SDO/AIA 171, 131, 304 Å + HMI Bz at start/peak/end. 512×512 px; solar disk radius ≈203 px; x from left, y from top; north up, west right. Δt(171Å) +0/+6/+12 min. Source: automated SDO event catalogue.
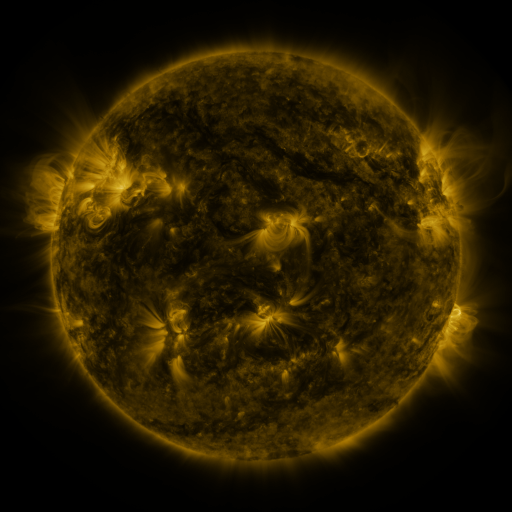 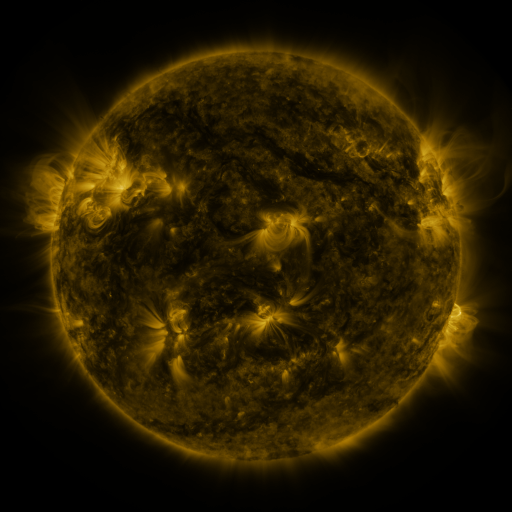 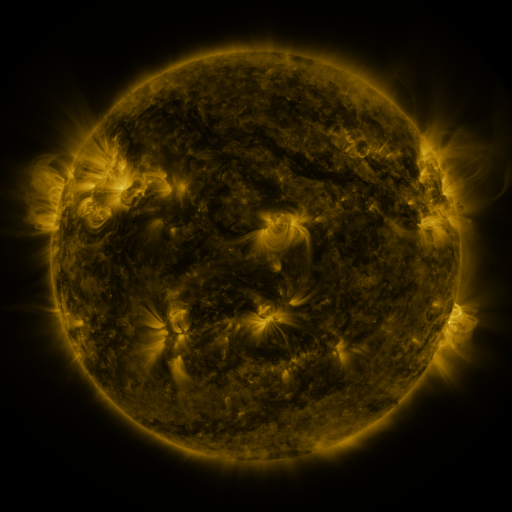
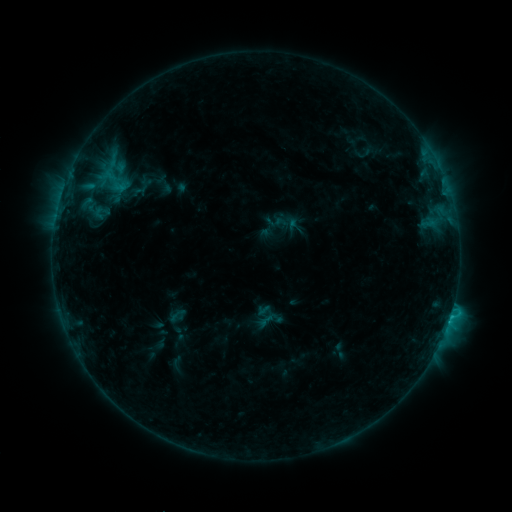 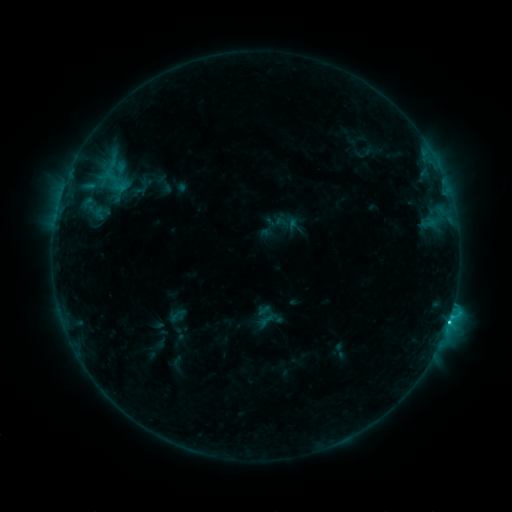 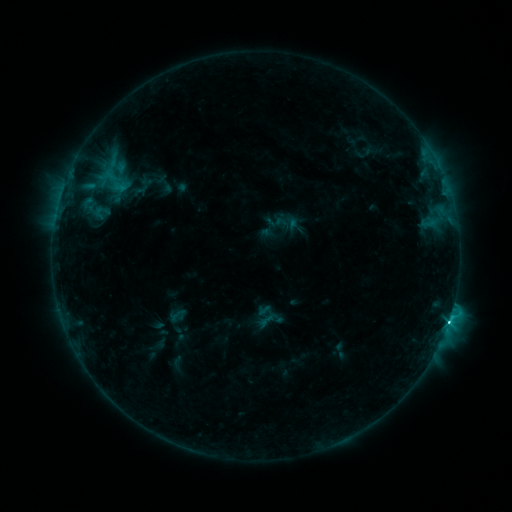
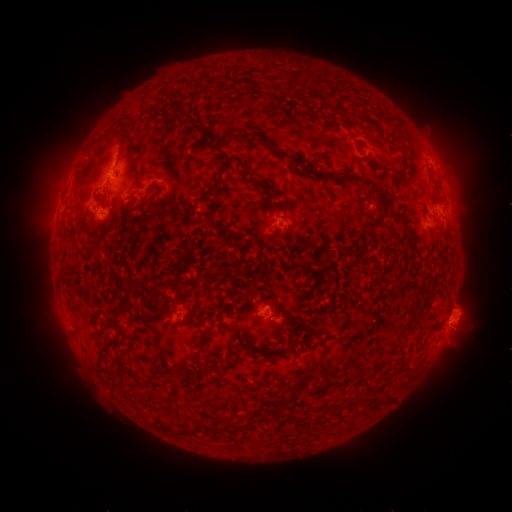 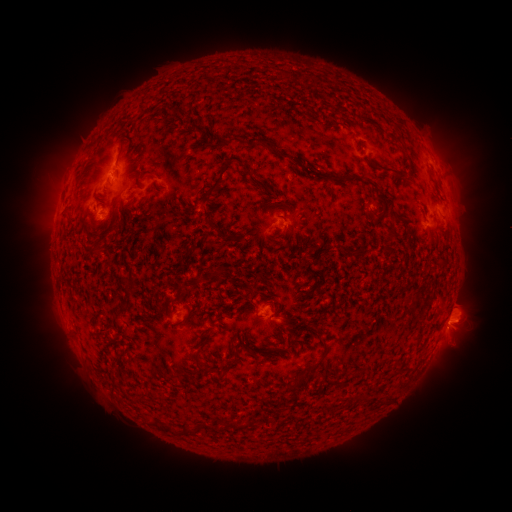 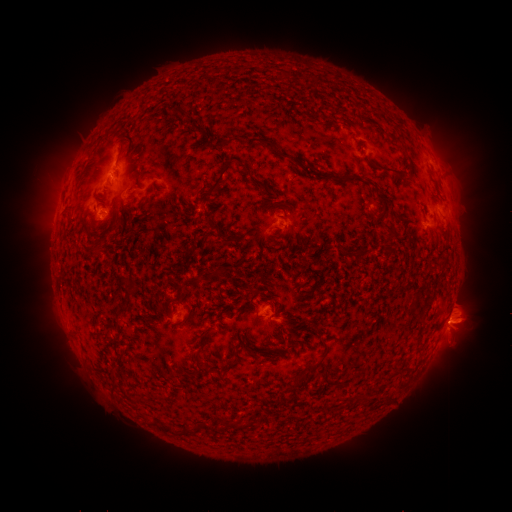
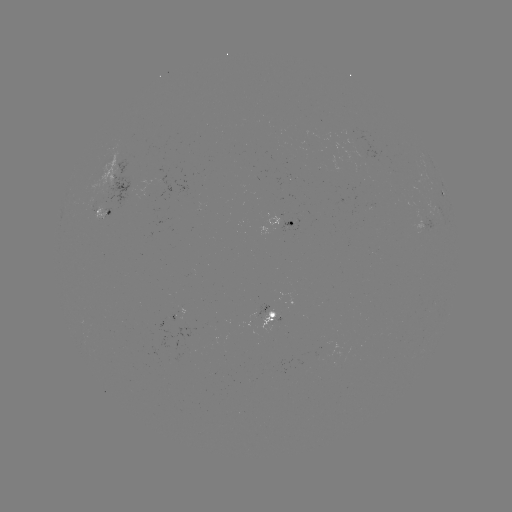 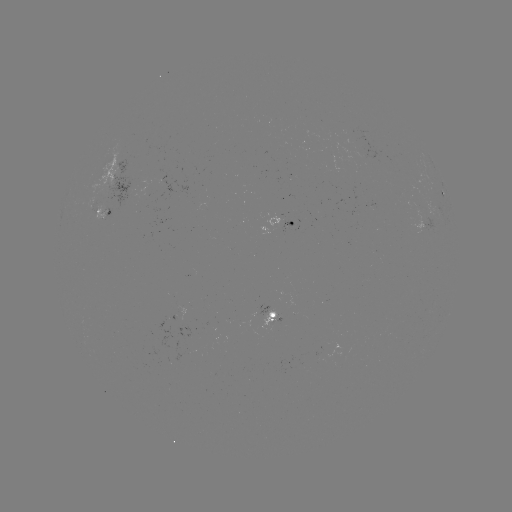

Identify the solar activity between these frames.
C5.8 flare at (448, 322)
